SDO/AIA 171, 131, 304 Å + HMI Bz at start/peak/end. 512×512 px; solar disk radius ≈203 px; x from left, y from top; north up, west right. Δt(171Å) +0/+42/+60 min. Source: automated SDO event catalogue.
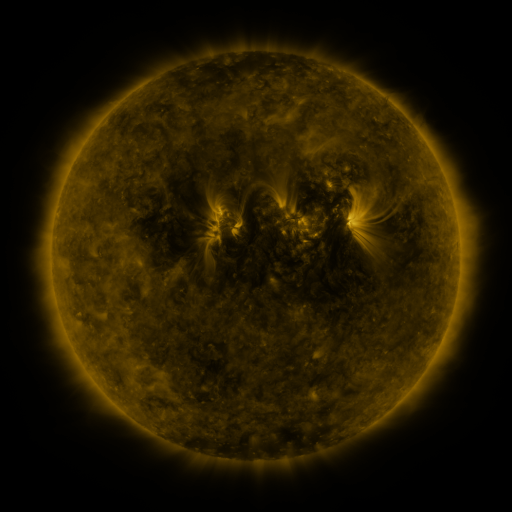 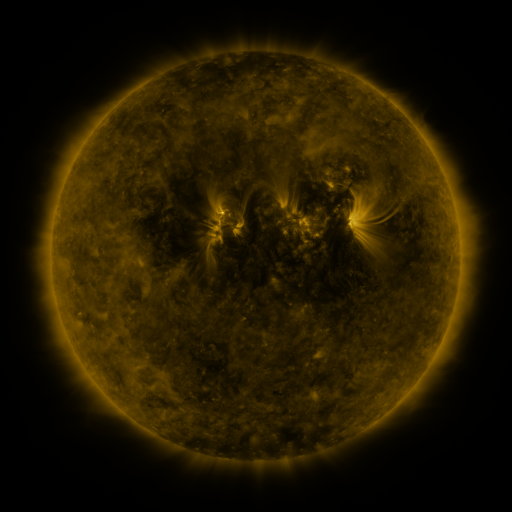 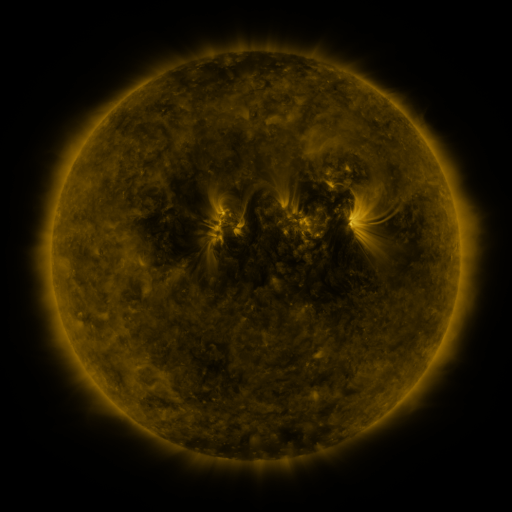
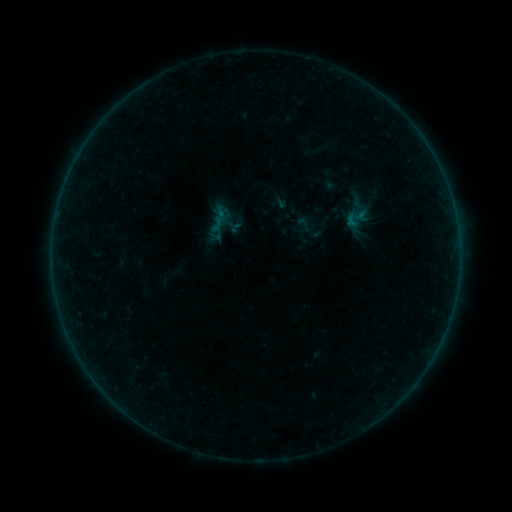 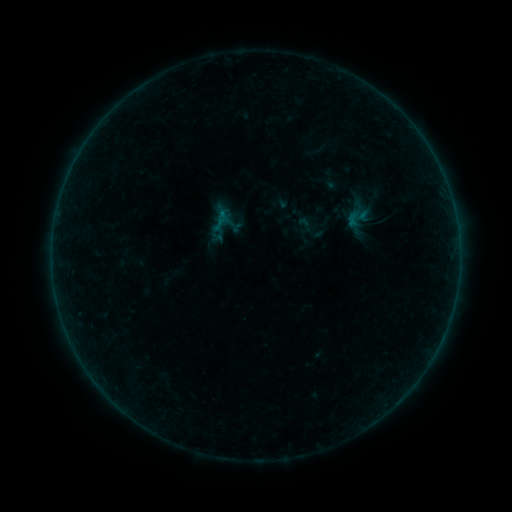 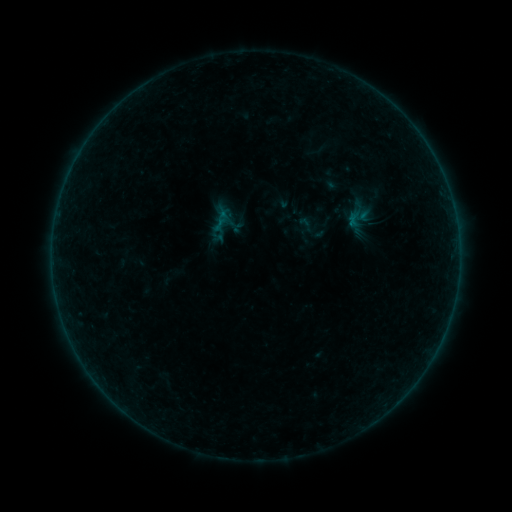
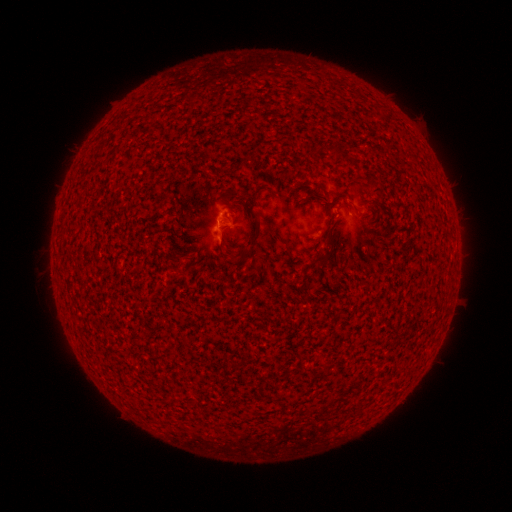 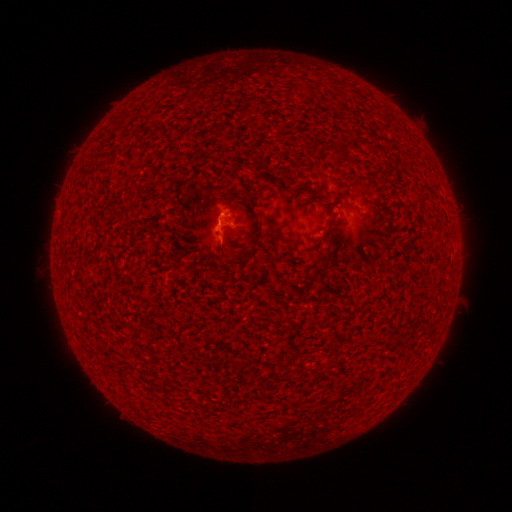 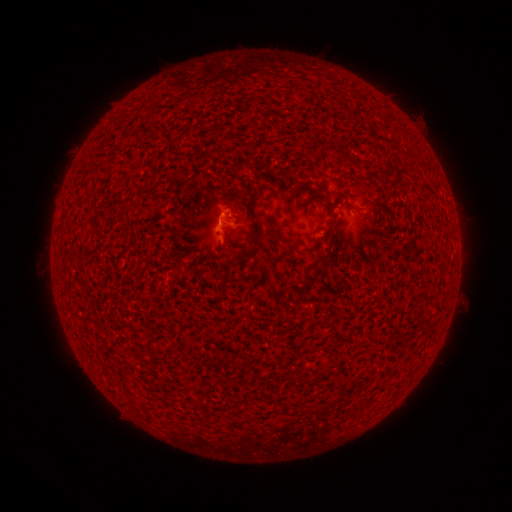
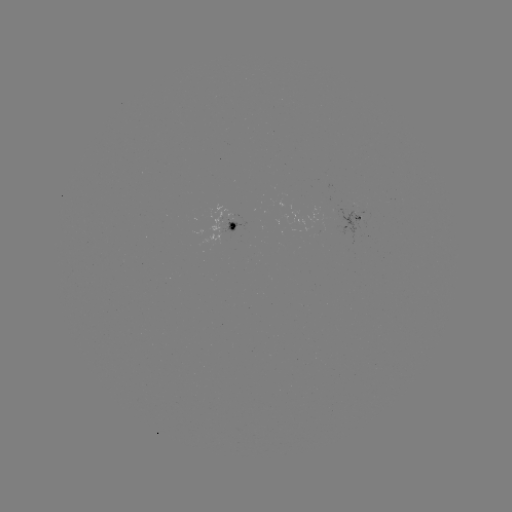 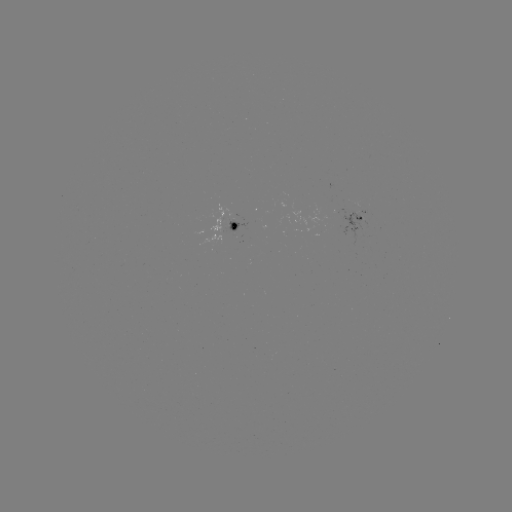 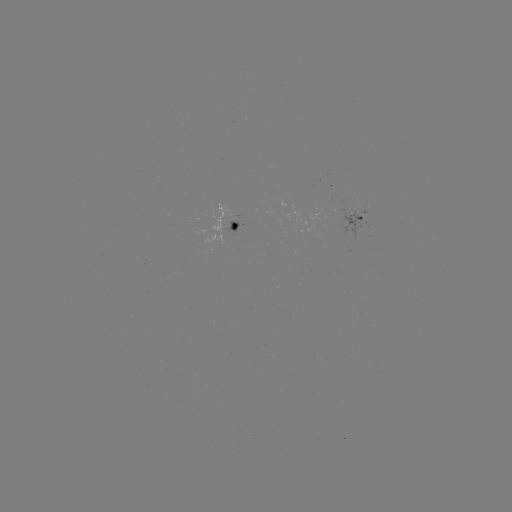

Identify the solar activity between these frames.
B1.8 flare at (224, 217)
